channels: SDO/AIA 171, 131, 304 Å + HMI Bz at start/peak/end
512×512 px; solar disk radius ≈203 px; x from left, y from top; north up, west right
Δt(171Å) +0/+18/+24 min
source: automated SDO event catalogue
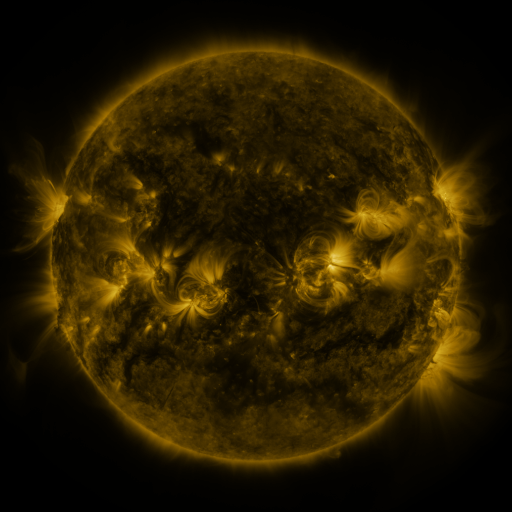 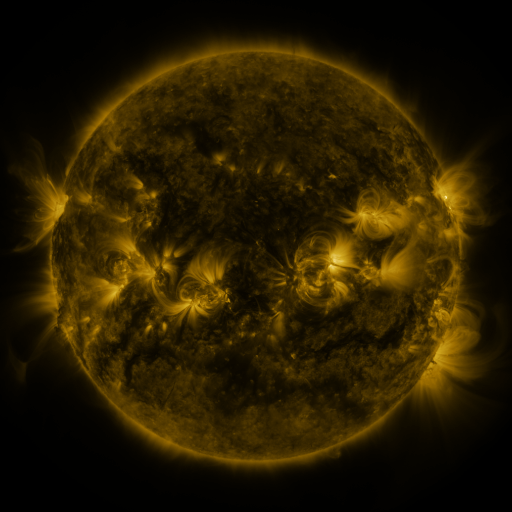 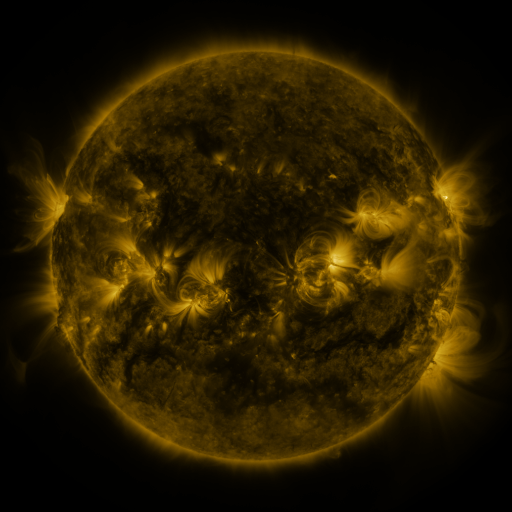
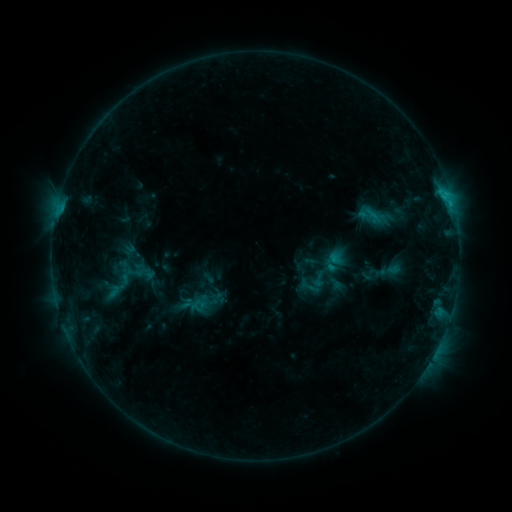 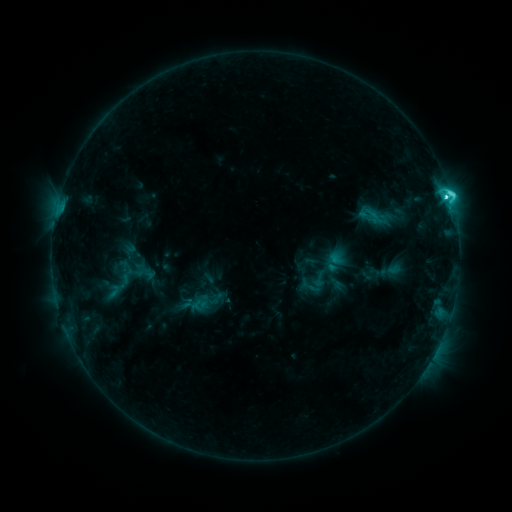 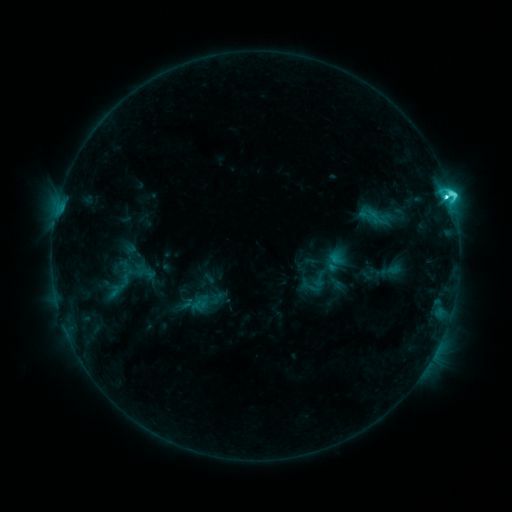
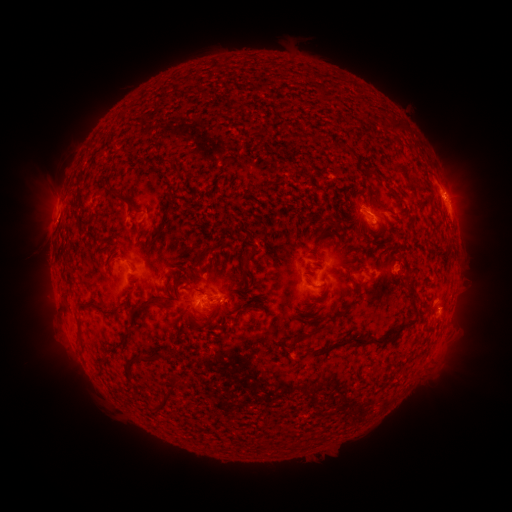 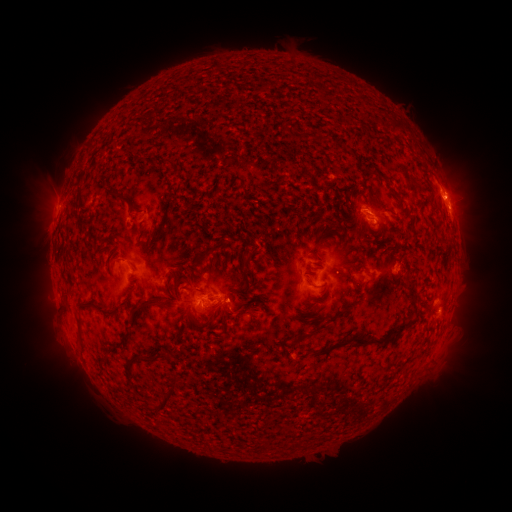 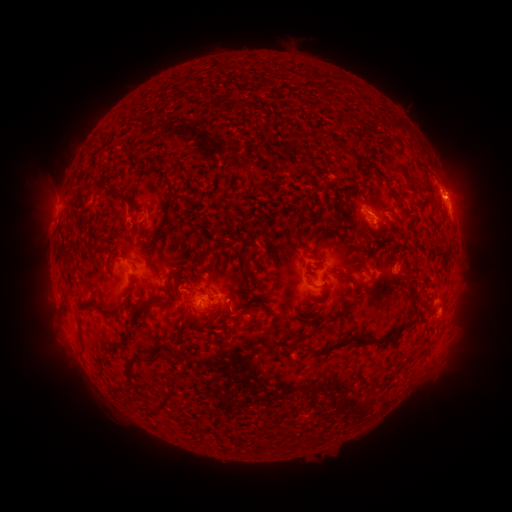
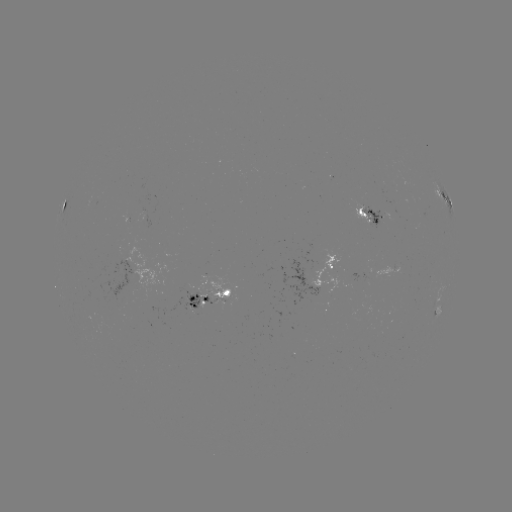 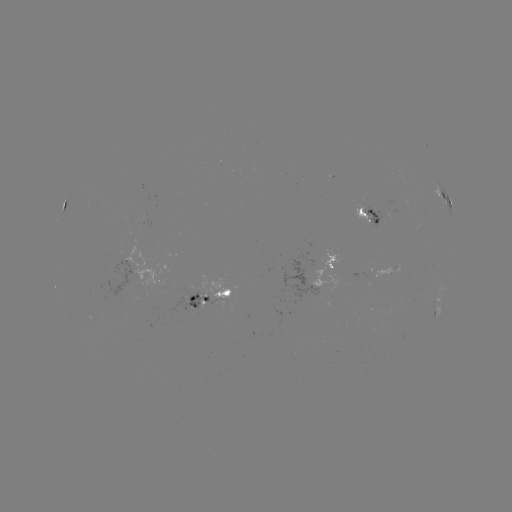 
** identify C5.3 flare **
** (446, 197) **